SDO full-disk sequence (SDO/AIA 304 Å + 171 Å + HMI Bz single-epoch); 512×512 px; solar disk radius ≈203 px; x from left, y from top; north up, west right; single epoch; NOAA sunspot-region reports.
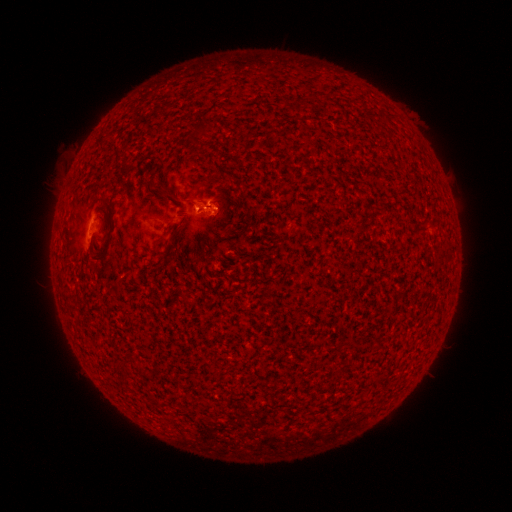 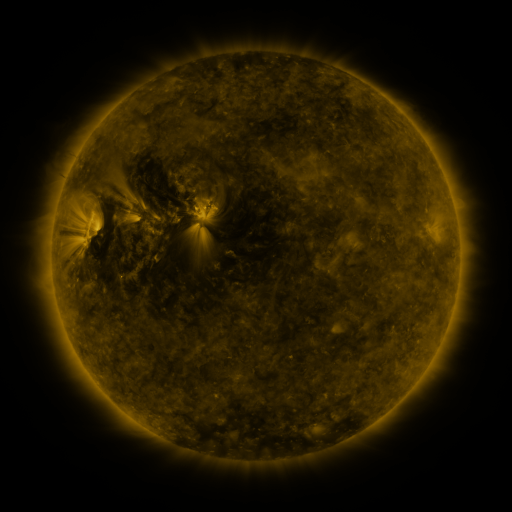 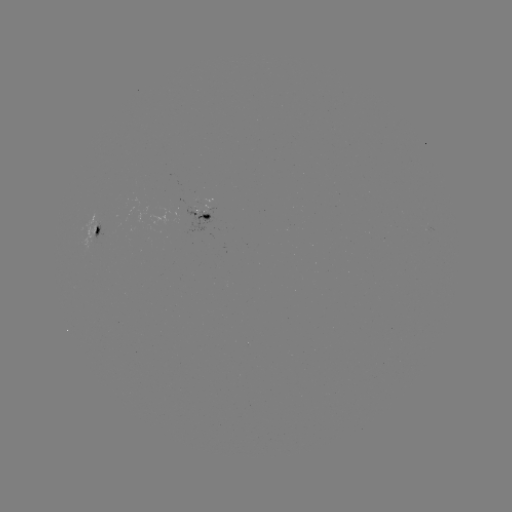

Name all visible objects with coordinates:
spotted active region: (207, 216)
spotted active region: (96, 230)
